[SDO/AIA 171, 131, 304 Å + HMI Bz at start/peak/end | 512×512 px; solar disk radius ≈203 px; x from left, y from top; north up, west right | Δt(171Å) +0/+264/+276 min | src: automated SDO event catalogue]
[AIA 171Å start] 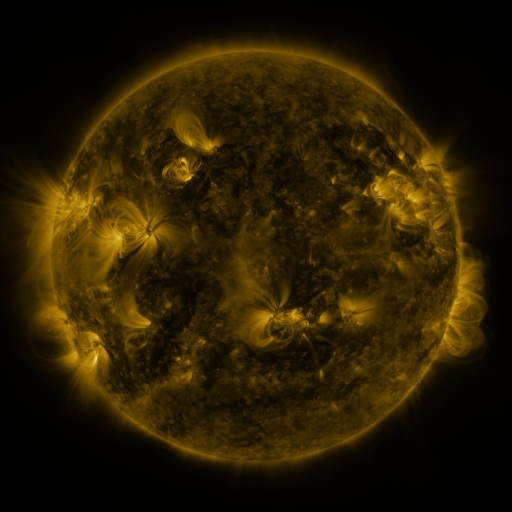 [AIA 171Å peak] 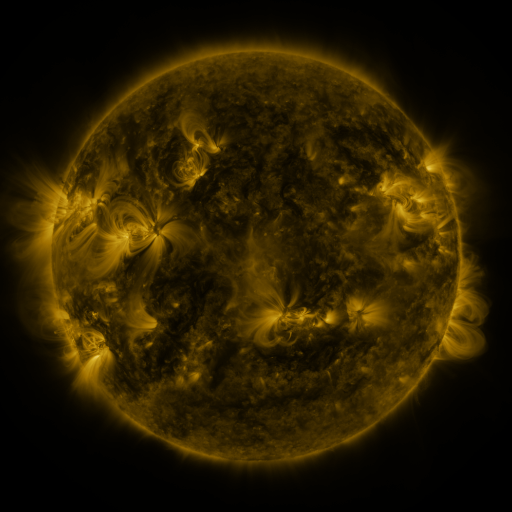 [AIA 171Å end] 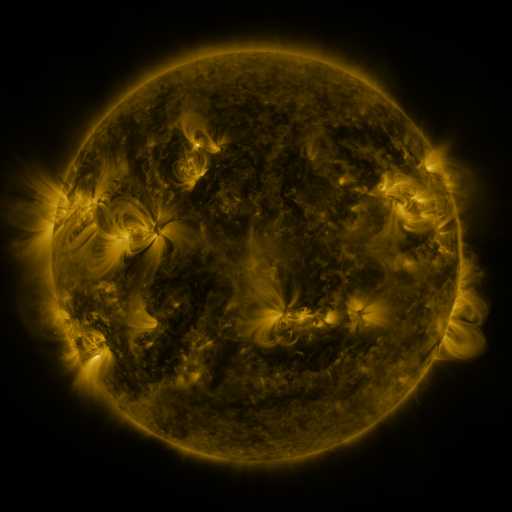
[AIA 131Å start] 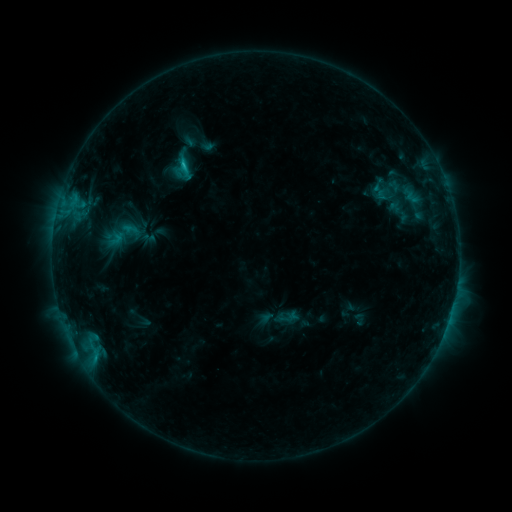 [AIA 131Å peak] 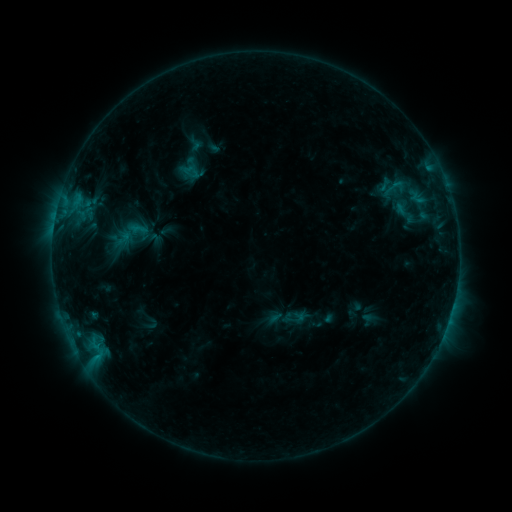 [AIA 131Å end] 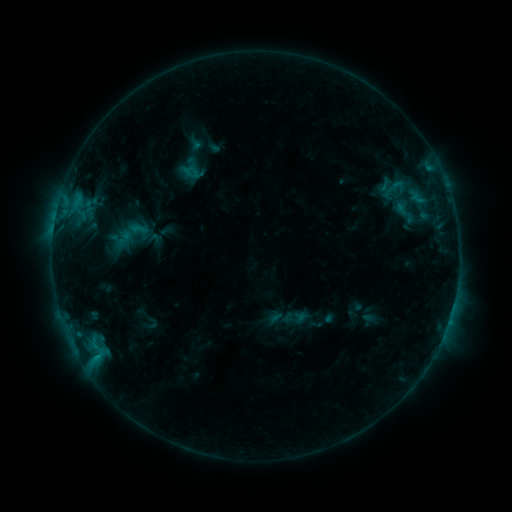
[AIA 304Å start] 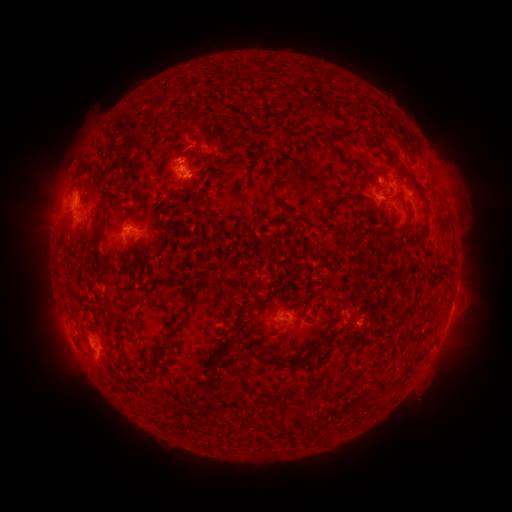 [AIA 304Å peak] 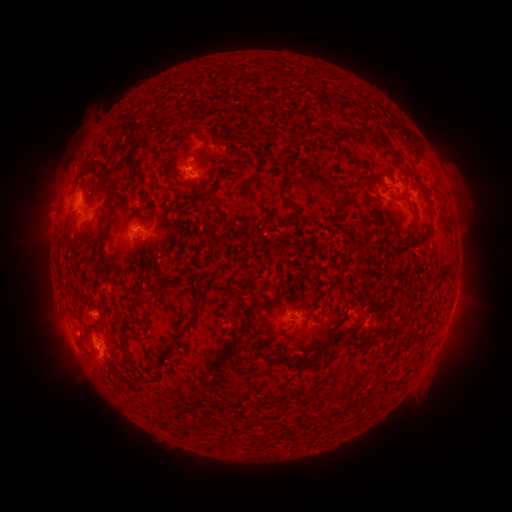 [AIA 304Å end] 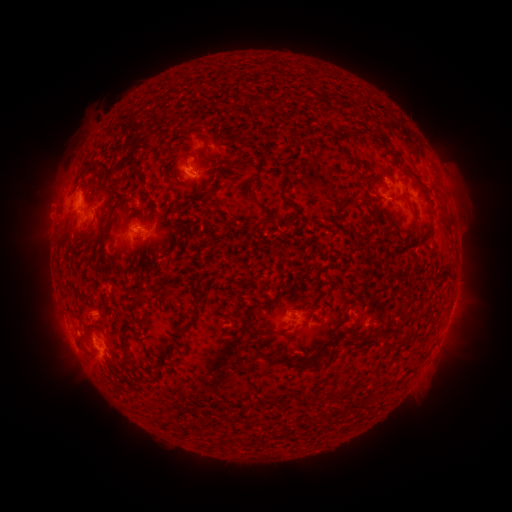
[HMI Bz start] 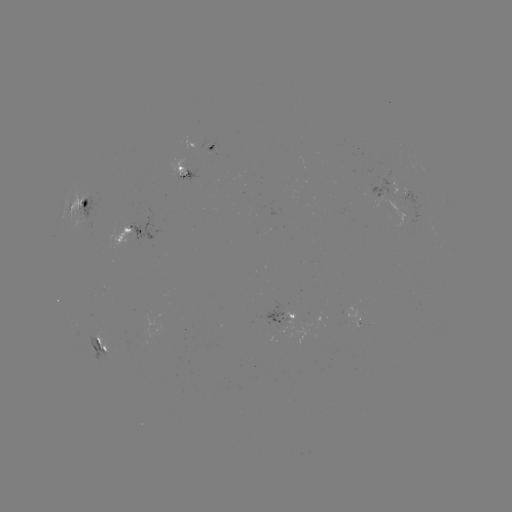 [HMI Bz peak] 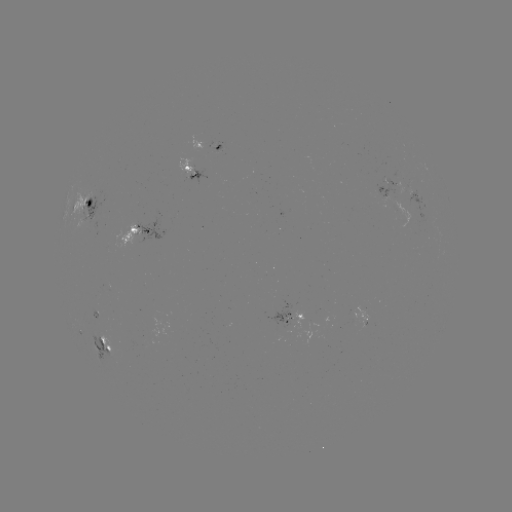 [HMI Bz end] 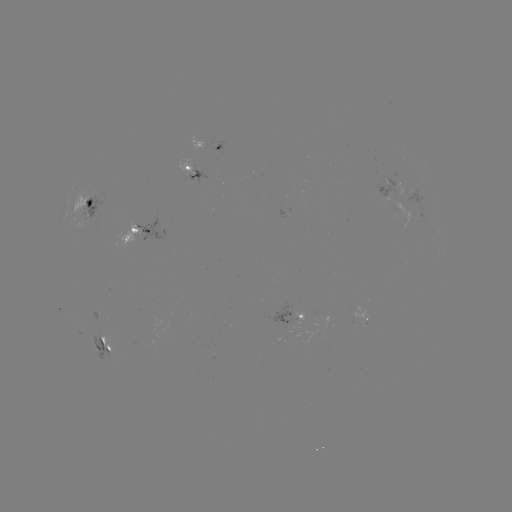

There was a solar emerging-flux region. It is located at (132, 234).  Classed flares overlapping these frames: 1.